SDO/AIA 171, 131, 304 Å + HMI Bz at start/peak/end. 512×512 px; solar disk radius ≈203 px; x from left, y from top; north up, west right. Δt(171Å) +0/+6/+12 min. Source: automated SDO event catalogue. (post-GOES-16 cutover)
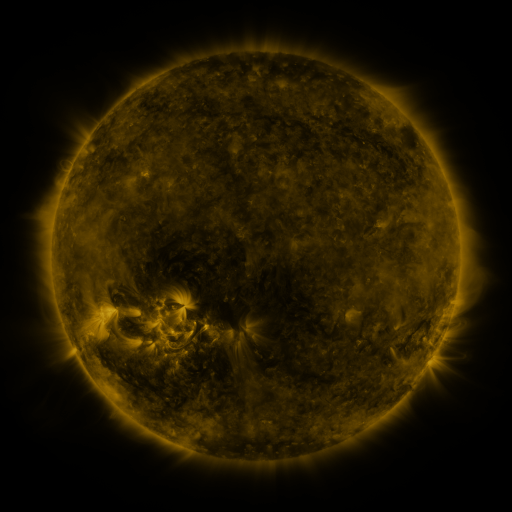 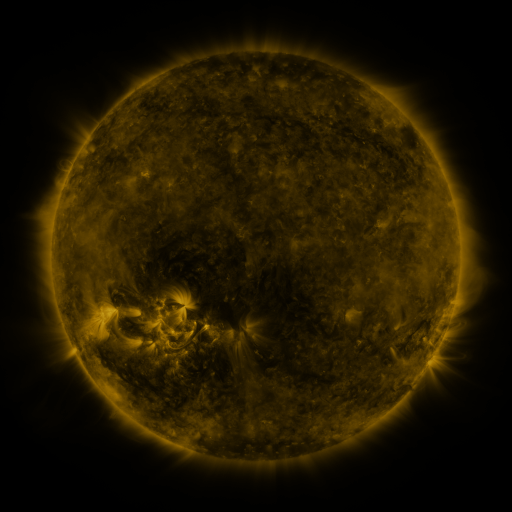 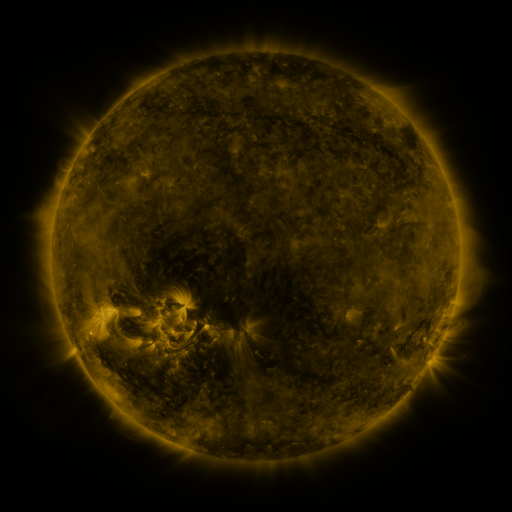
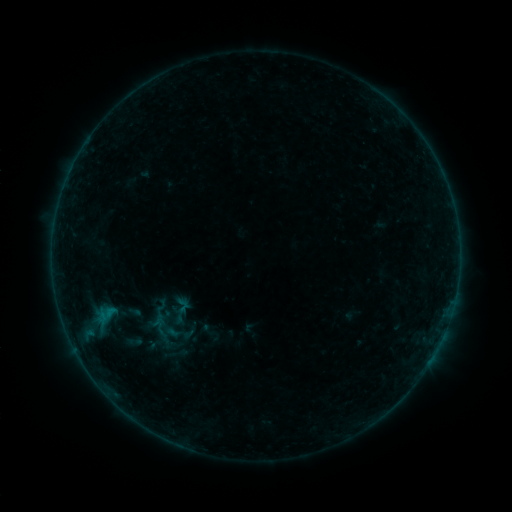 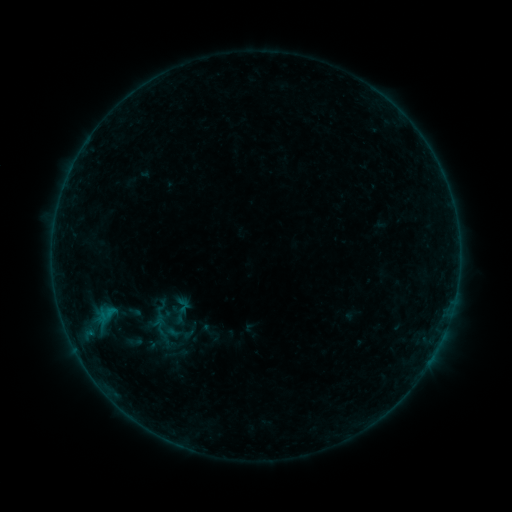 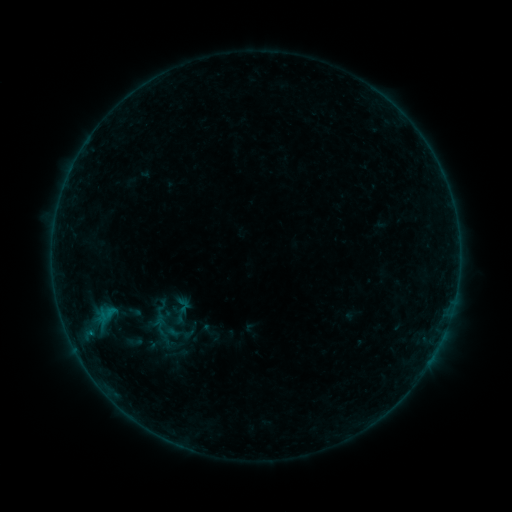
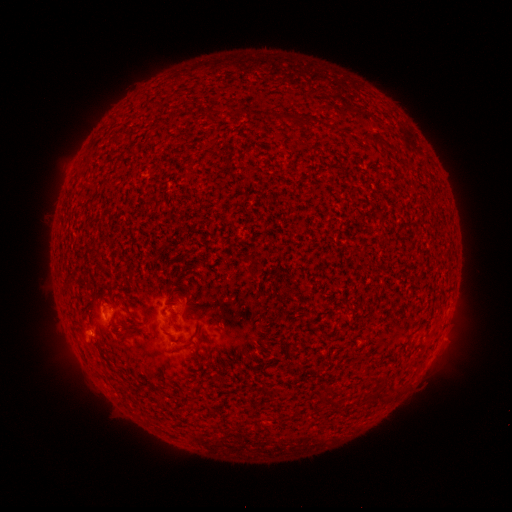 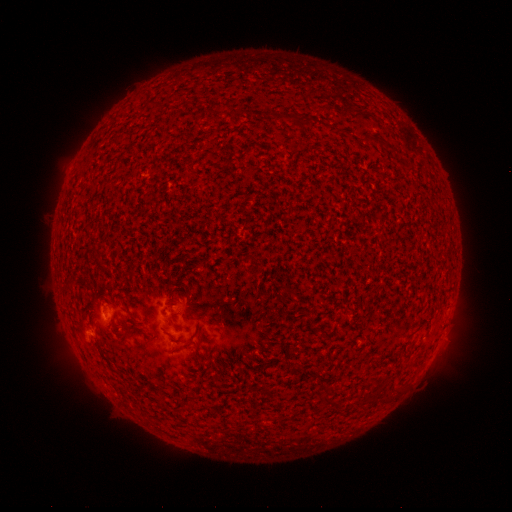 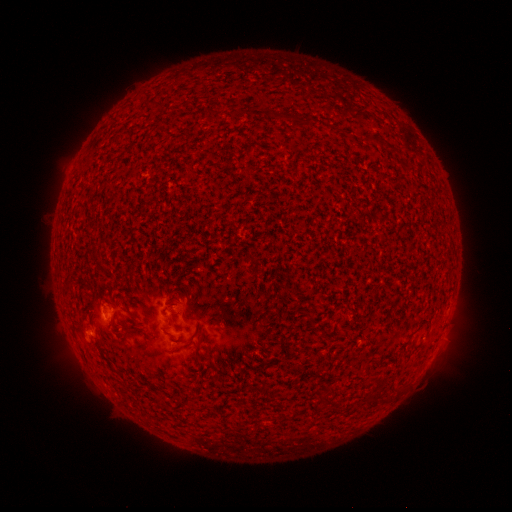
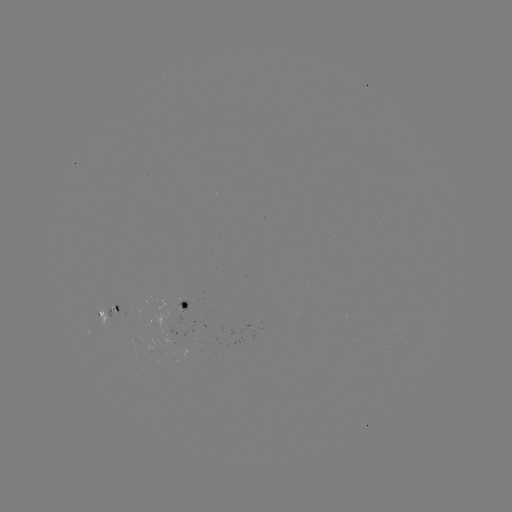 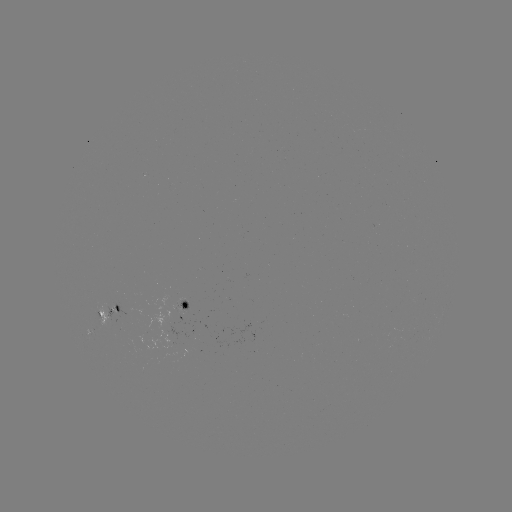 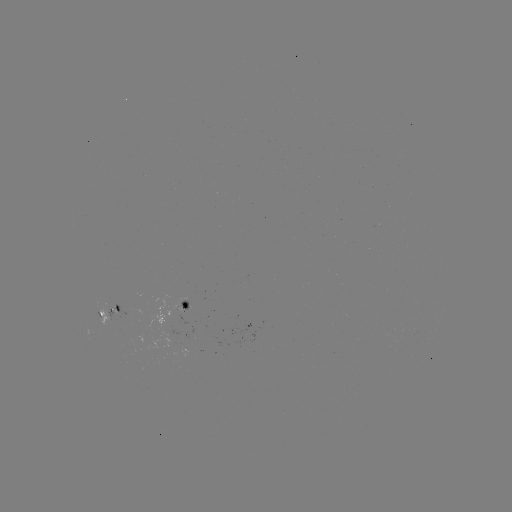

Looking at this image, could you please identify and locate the B1.4 flare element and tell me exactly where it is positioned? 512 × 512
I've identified B1.4 flare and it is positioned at (90, 332).